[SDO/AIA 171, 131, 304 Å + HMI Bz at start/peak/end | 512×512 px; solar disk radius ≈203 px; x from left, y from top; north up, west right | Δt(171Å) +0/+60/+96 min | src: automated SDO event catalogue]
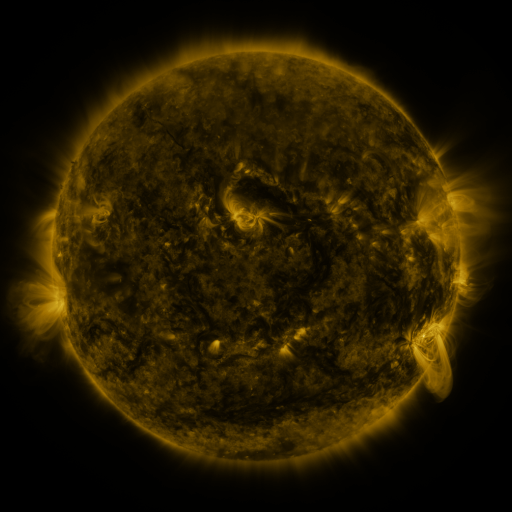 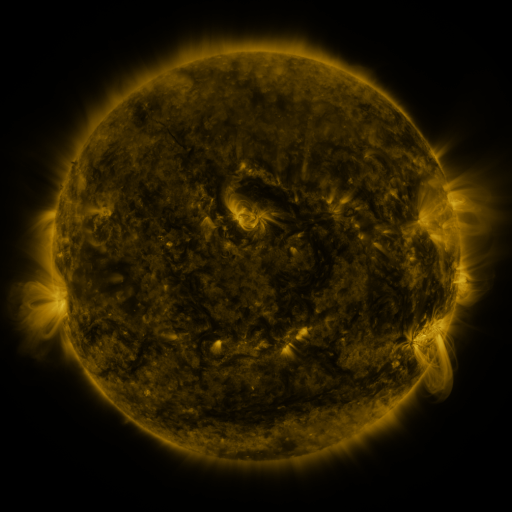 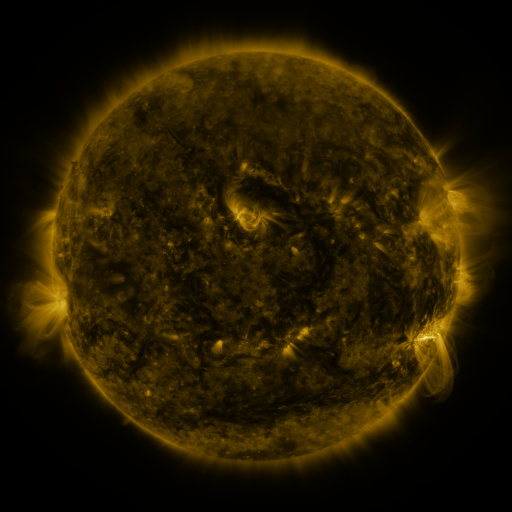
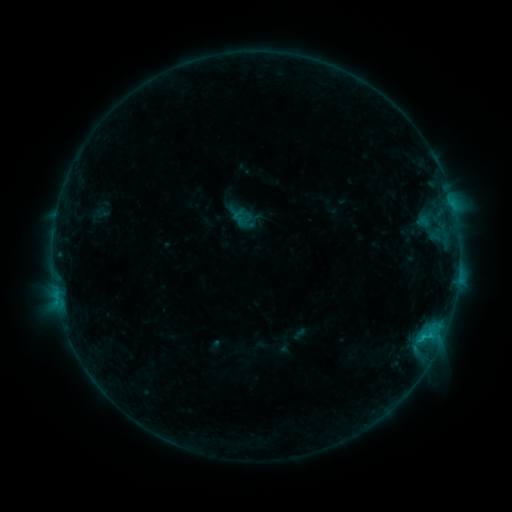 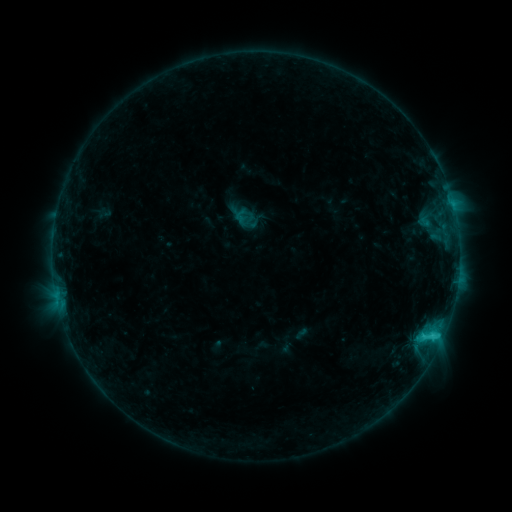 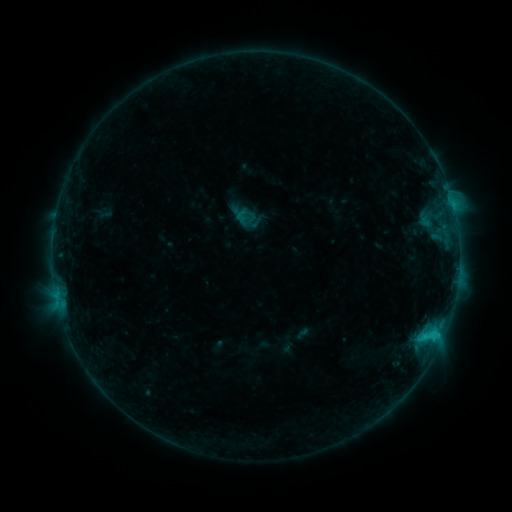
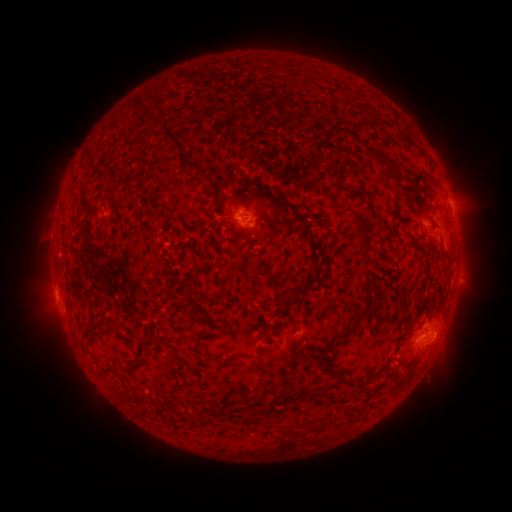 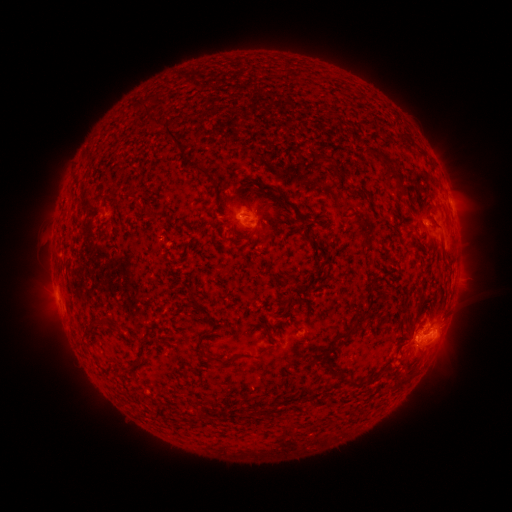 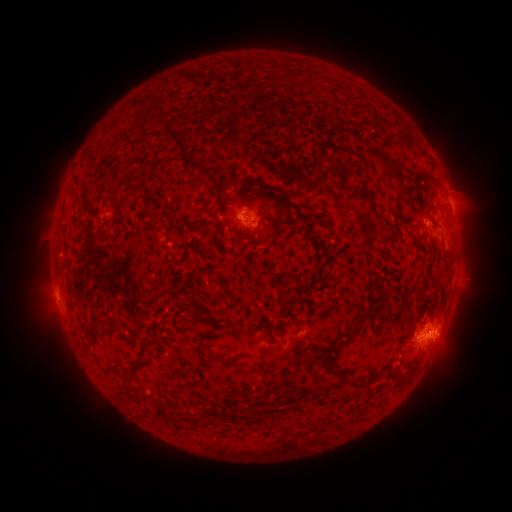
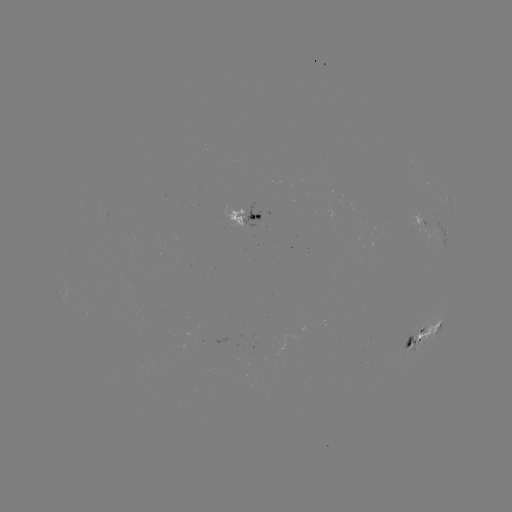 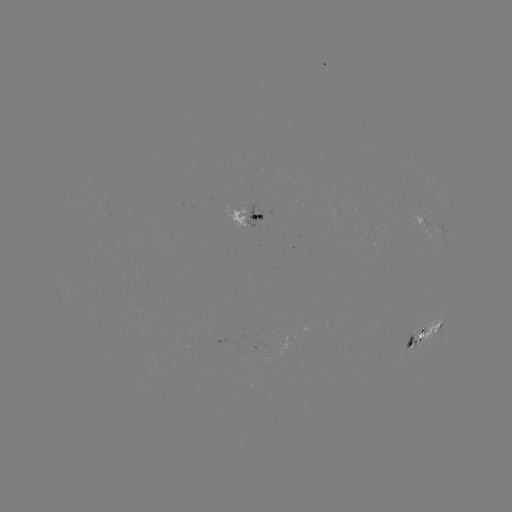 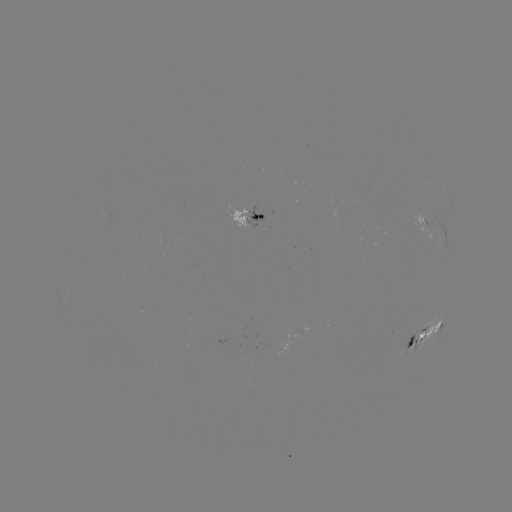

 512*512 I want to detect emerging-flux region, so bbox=[244, 202, 264, 229].